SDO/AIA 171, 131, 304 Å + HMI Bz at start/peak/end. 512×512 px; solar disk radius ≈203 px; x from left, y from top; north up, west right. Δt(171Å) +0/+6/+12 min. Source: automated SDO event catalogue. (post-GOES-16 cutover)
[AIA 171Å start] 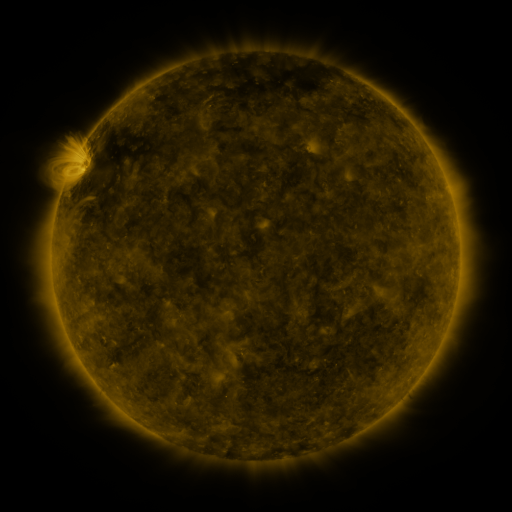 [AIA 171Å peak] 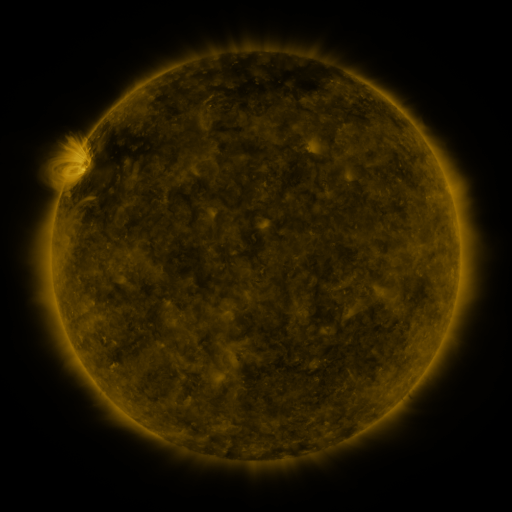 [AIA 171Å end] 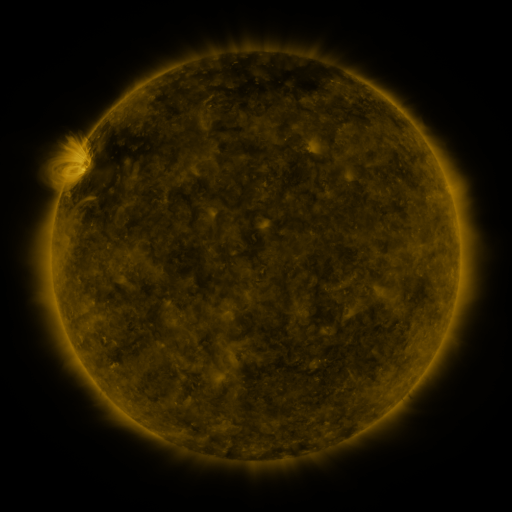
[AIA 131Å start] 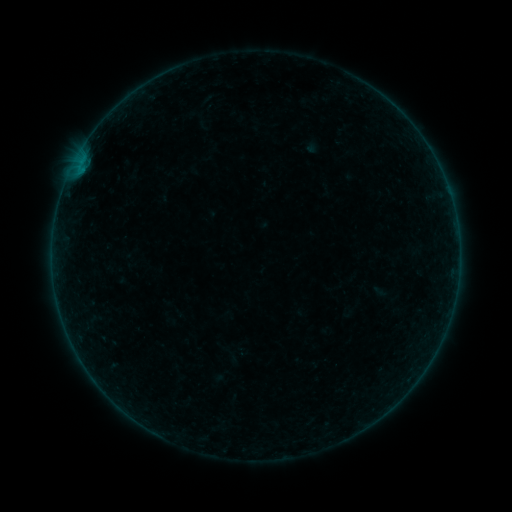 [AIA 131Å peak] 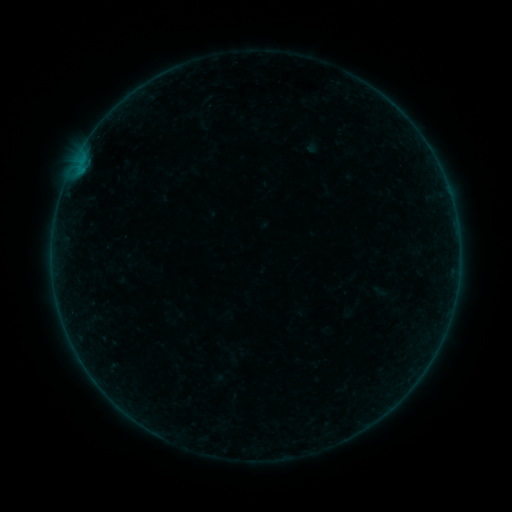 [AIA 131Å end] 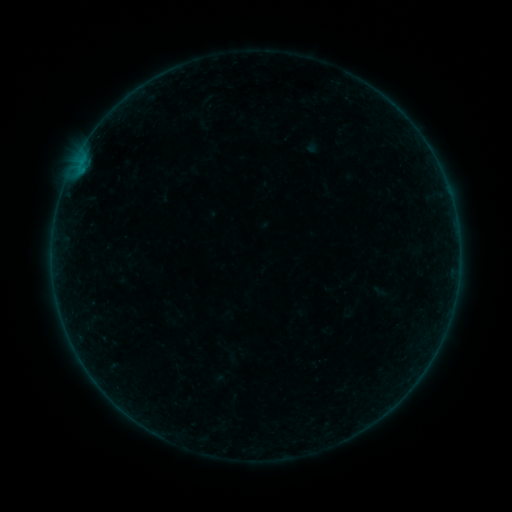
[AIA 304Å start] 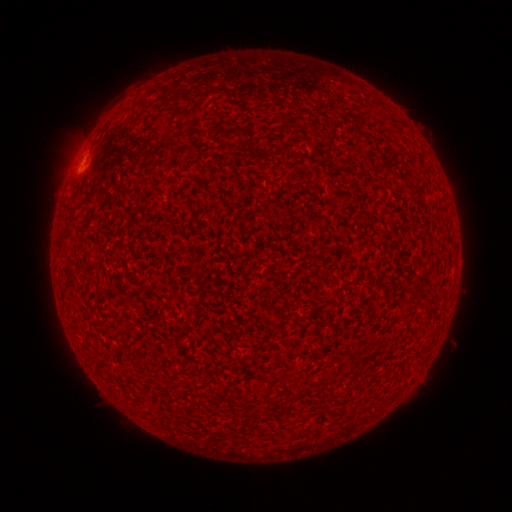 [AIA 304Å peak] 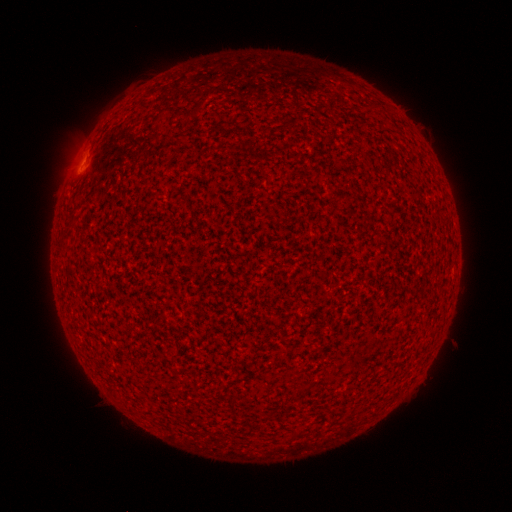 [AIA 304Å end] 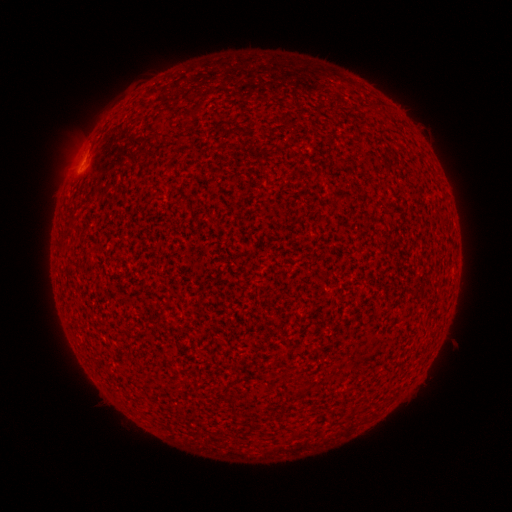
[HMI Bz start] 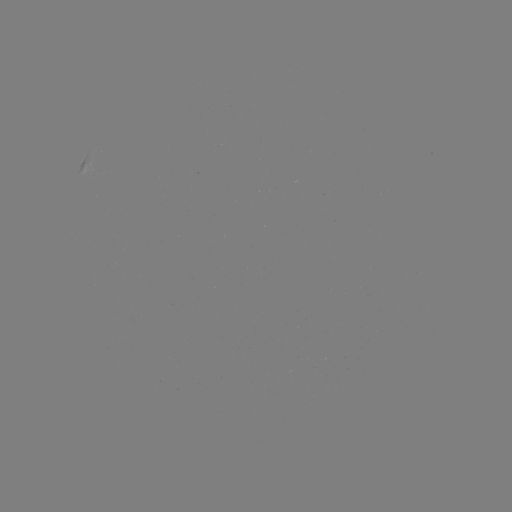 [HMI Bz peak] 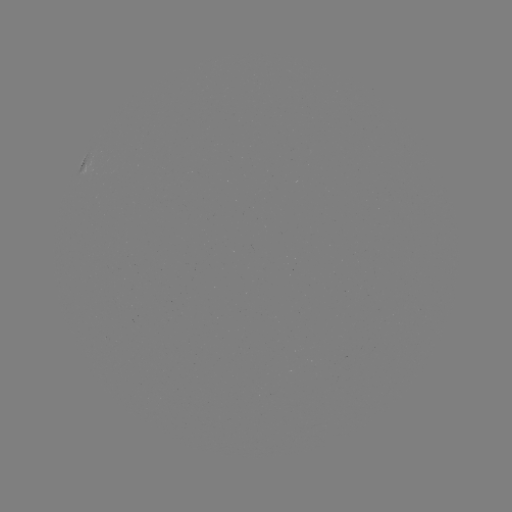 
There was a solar flare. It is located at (82, 158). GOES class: A6.6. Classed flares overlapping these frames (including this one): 1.